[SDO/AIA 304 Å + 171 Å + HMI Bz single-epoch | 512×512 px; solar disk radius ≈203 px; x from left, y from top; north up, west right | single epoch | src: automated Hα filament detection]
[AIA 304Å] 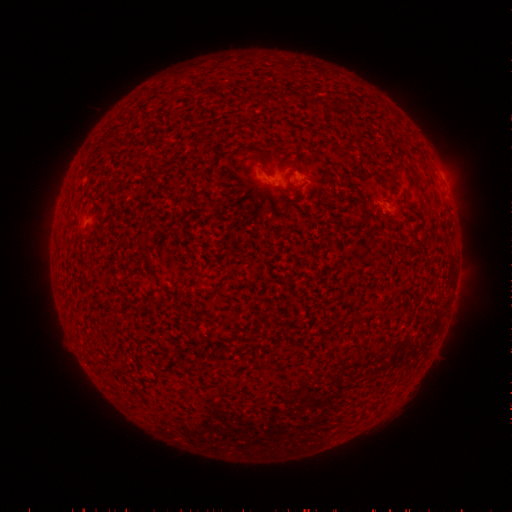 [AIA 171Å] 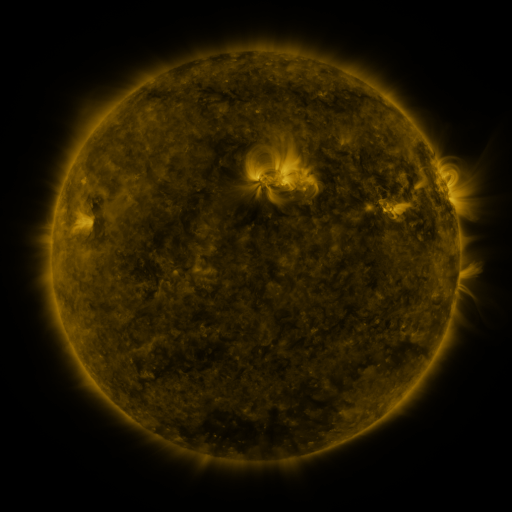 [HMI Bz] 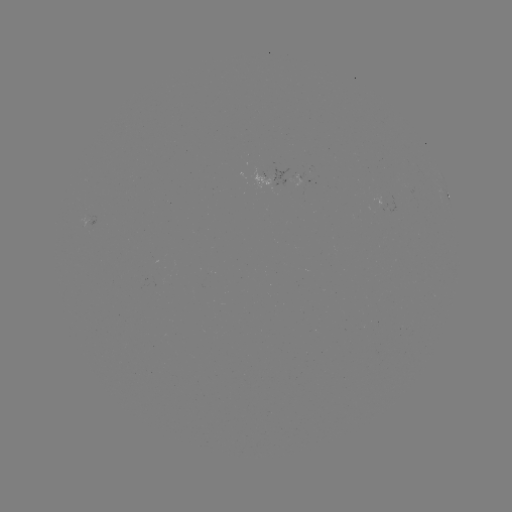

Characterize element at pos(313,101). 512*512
filament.